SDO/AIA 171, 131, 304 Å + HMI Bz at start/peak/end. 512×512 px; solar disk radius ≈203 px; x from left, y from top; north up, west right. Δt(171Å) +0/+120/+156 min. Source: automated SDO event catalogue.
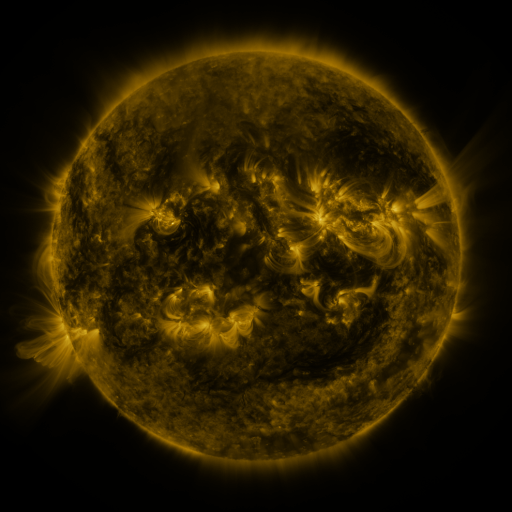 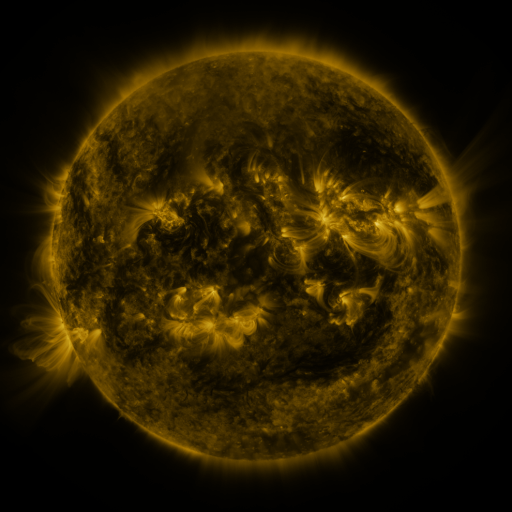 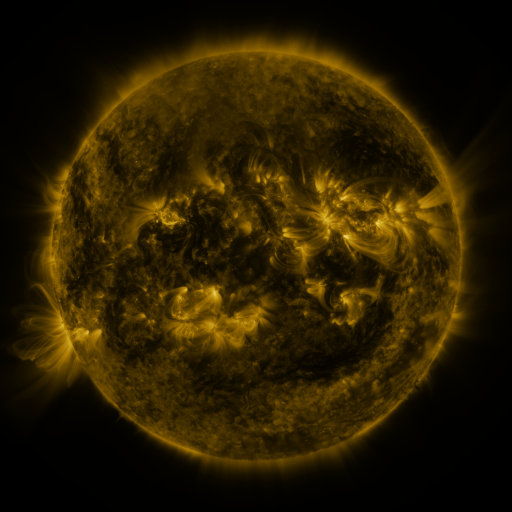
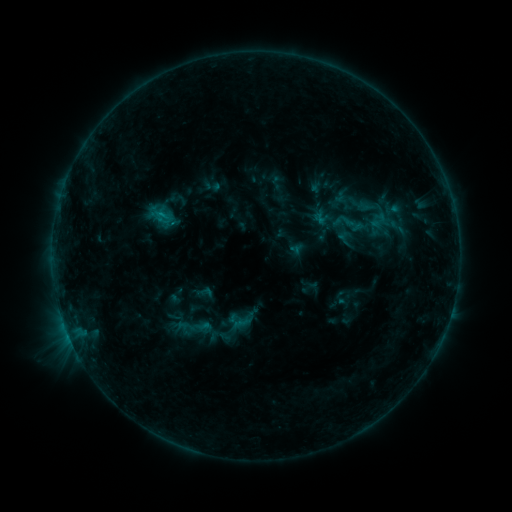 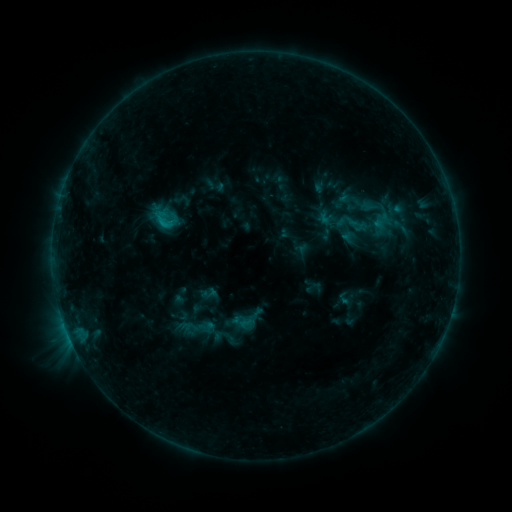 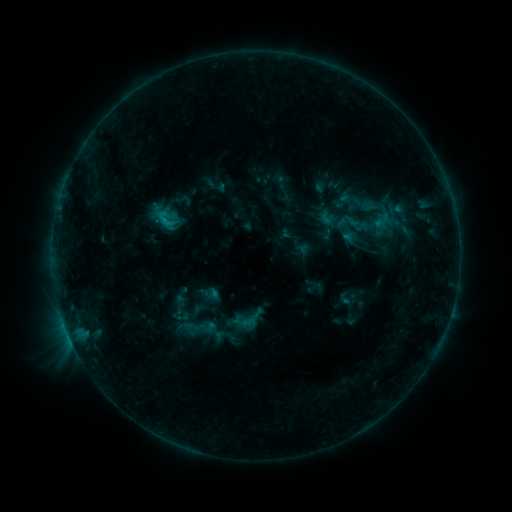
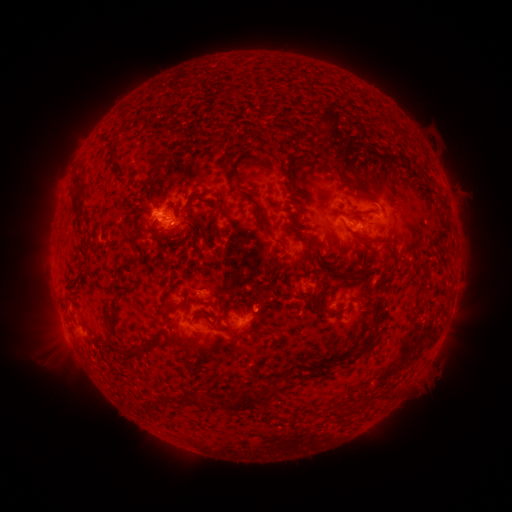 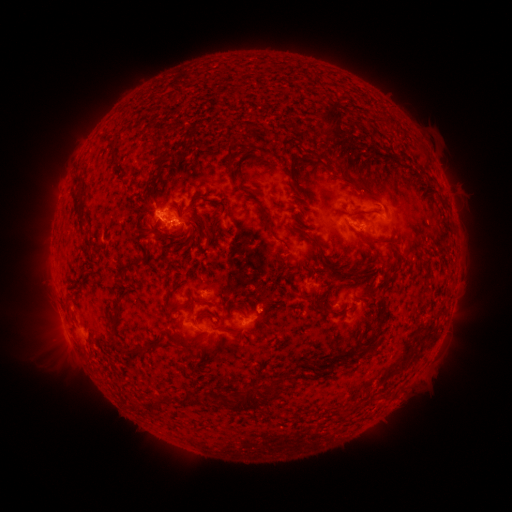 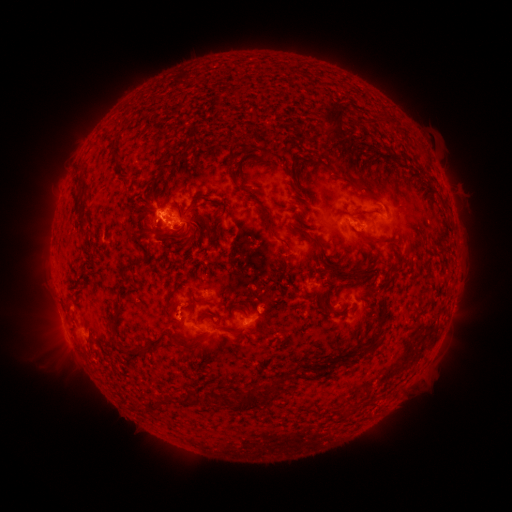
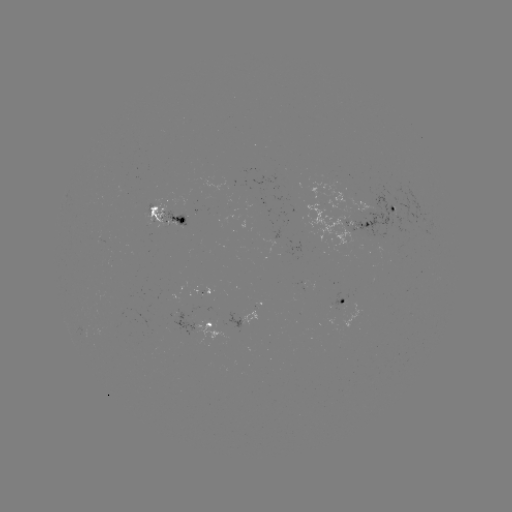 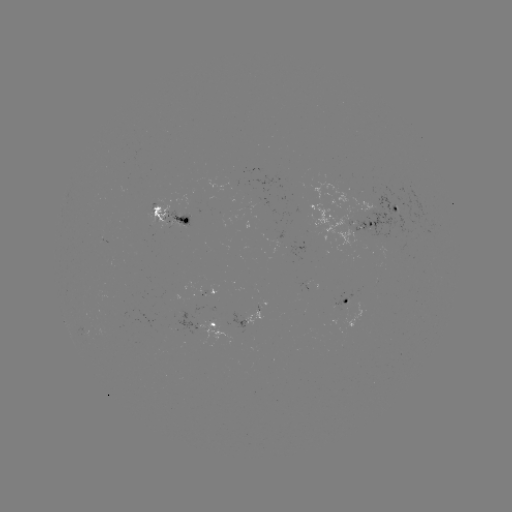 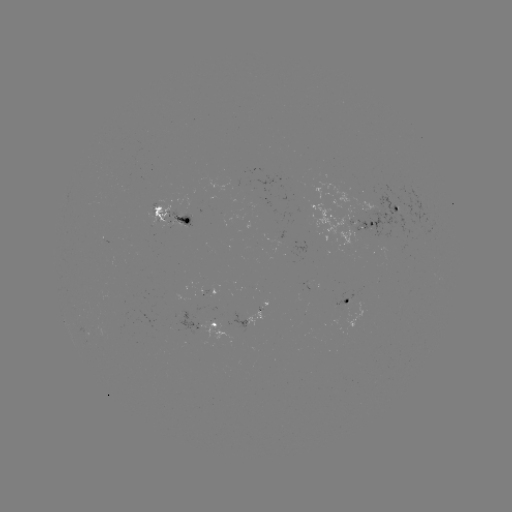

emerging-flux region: (346, 290, 351, 307)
